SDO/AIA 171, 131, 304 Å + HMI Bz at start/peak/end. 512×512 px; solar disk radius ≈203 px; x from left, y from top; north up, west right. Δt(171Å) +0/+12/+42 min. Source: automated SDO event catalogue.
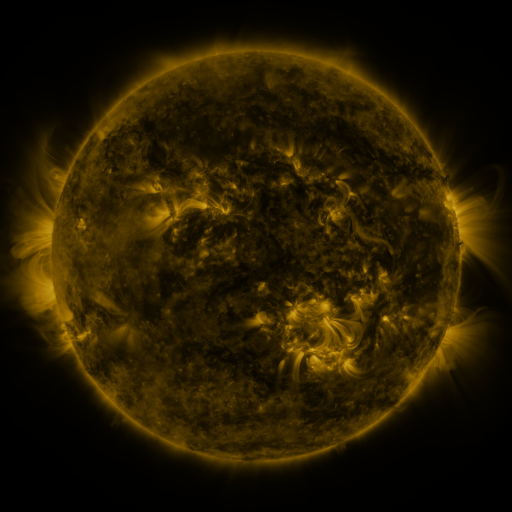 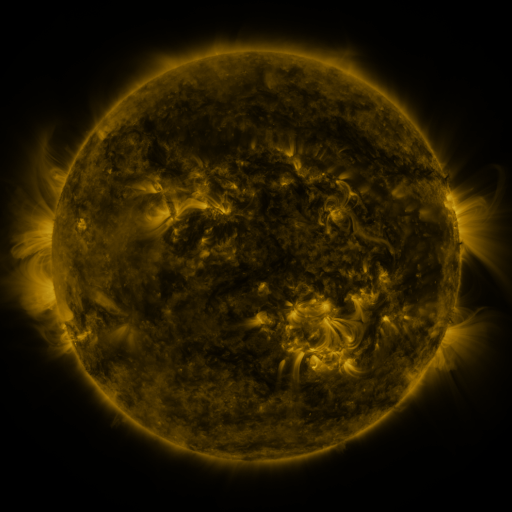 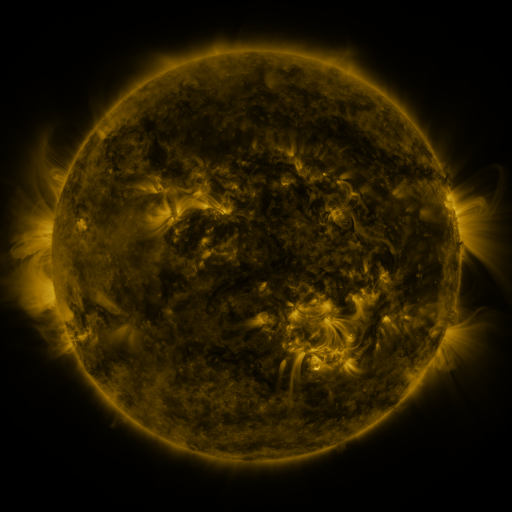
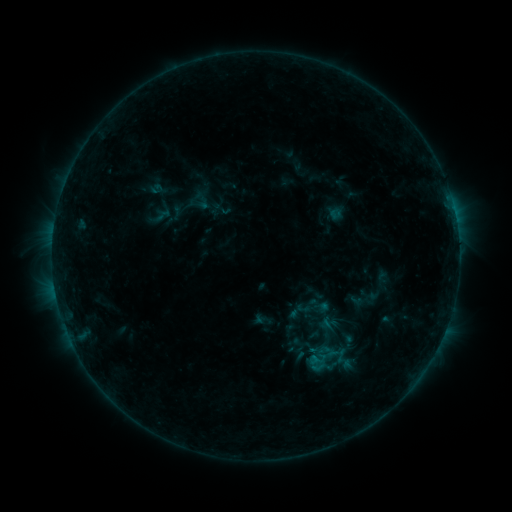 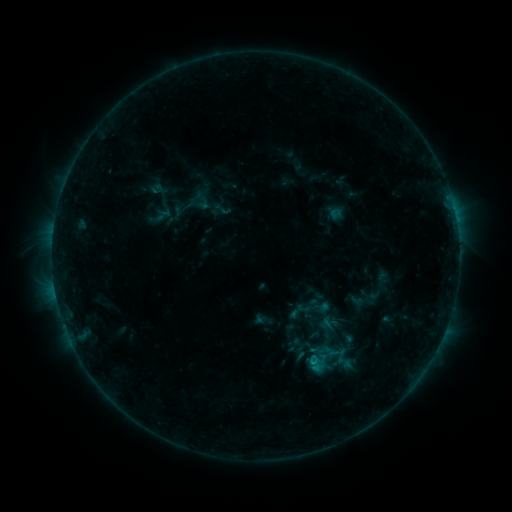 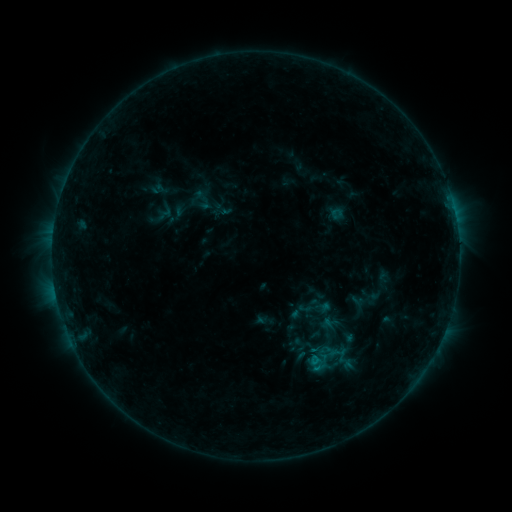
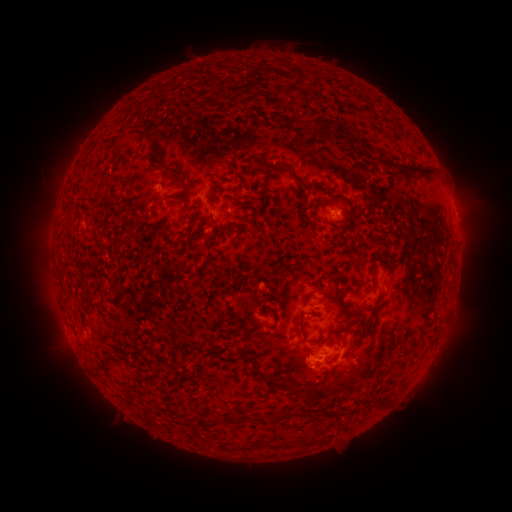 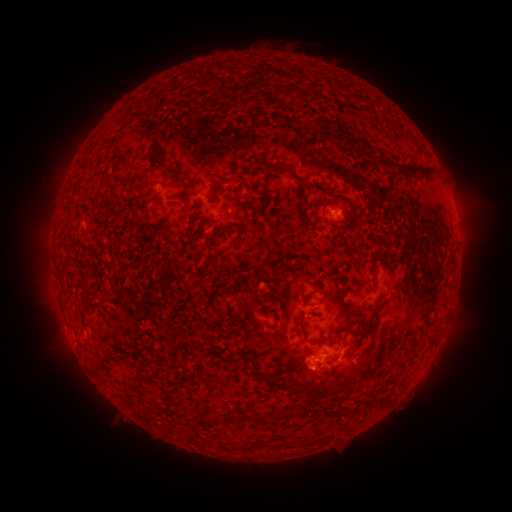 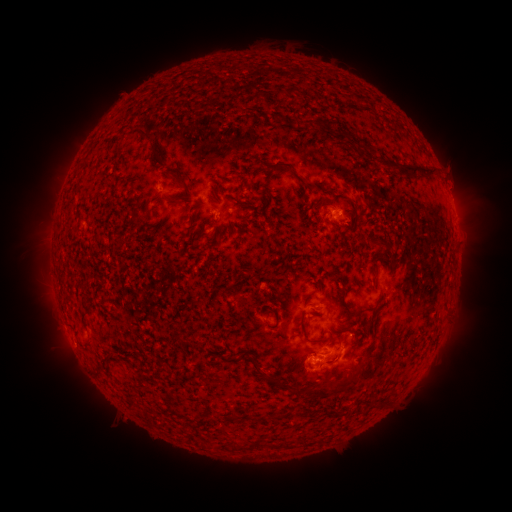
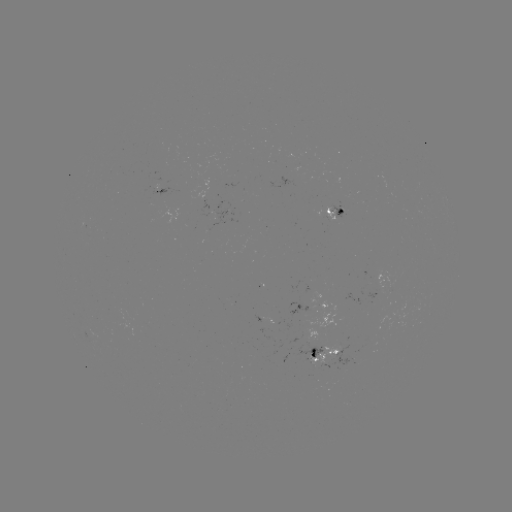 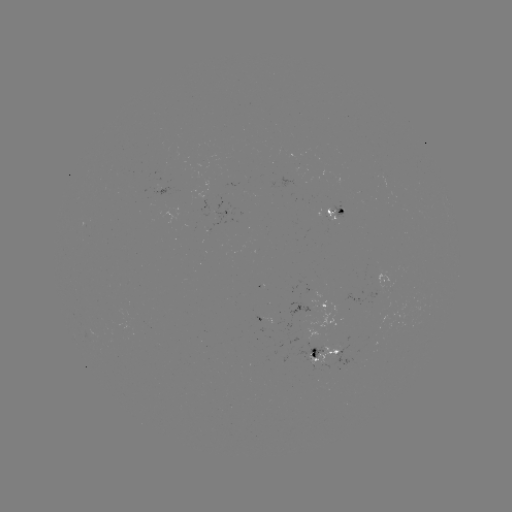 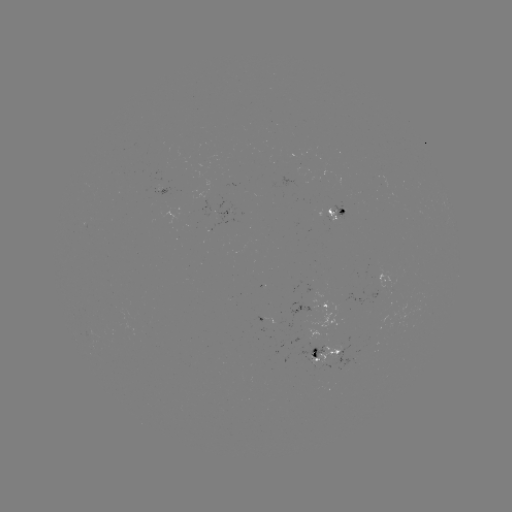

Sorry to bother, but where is B6.7 flare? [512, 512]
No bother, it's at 312,359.